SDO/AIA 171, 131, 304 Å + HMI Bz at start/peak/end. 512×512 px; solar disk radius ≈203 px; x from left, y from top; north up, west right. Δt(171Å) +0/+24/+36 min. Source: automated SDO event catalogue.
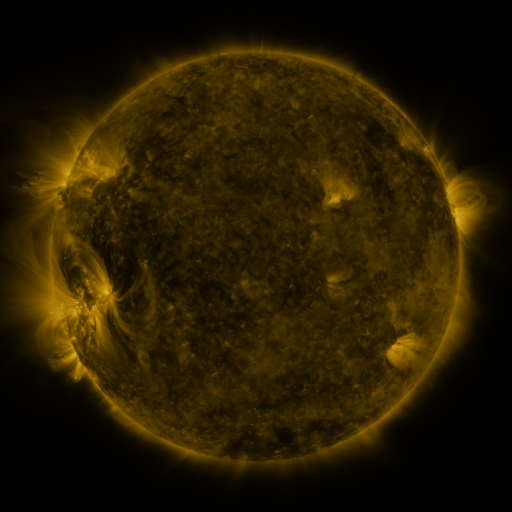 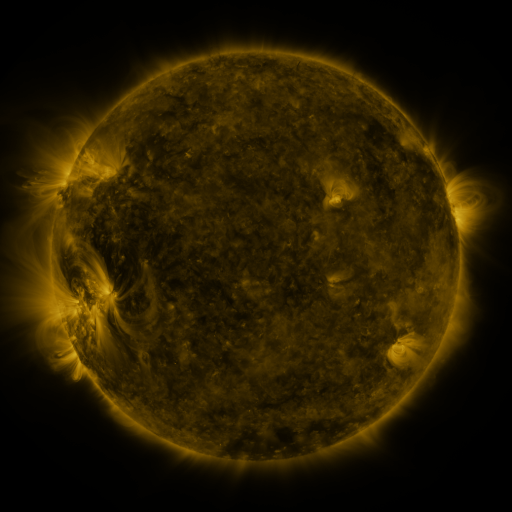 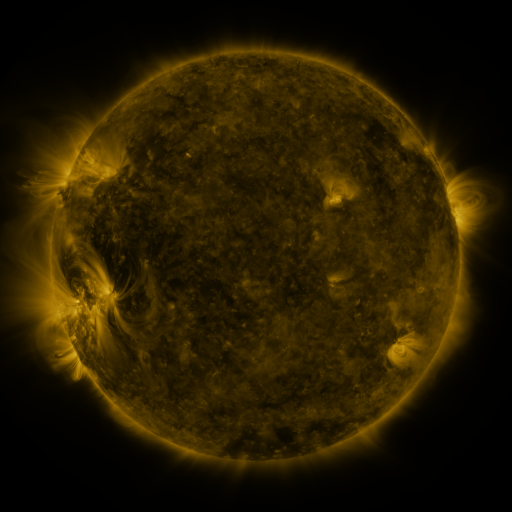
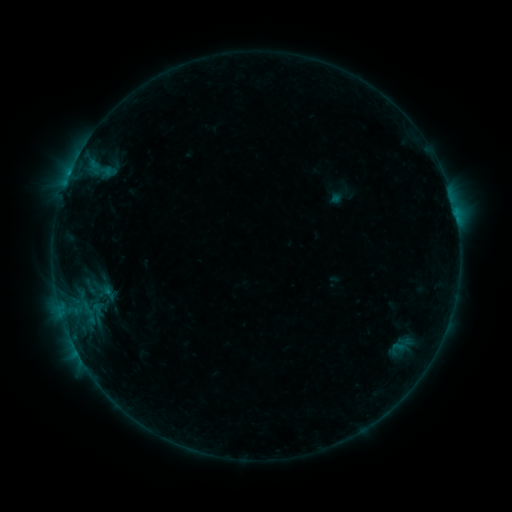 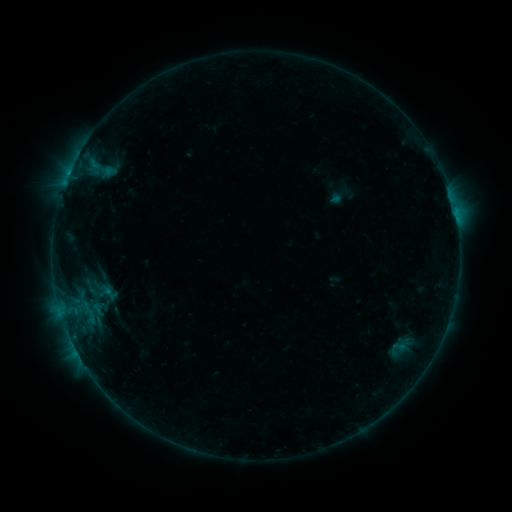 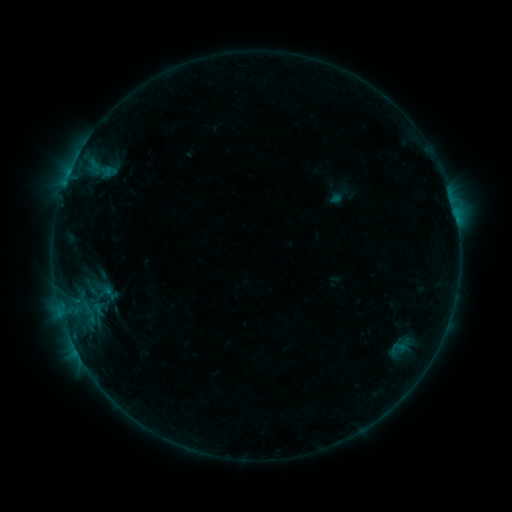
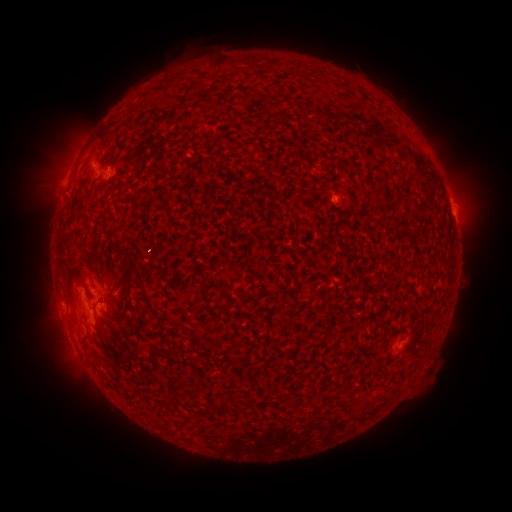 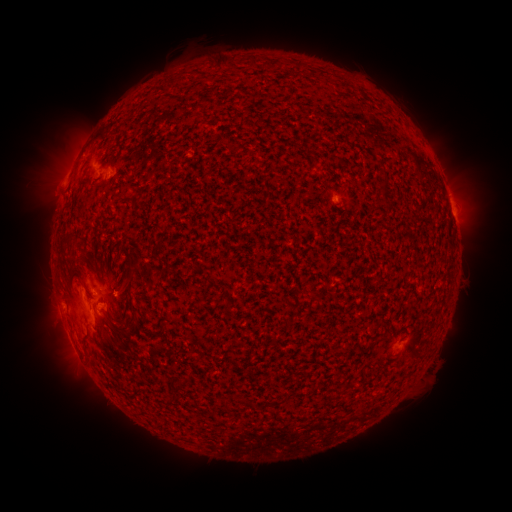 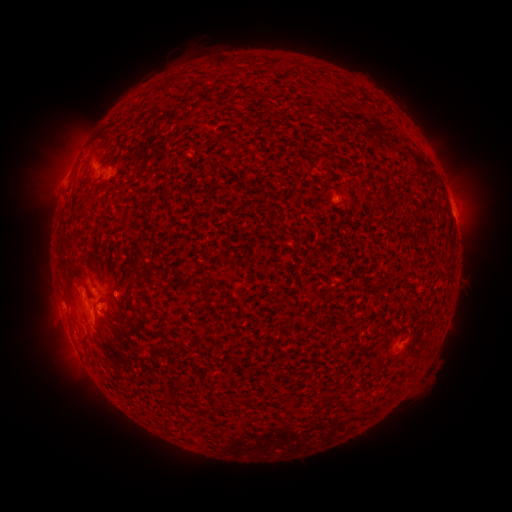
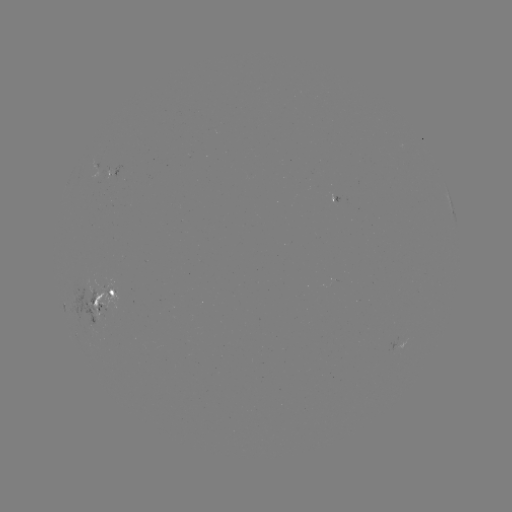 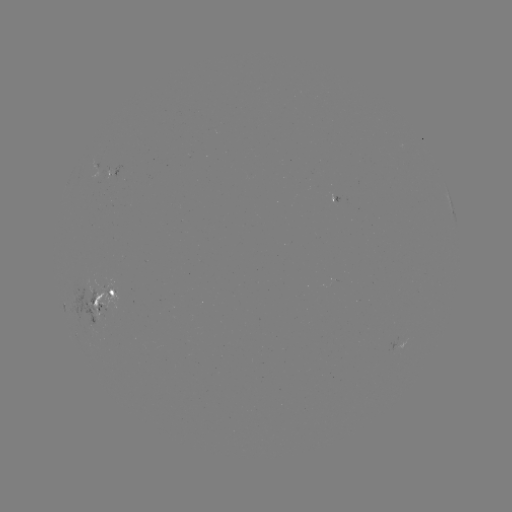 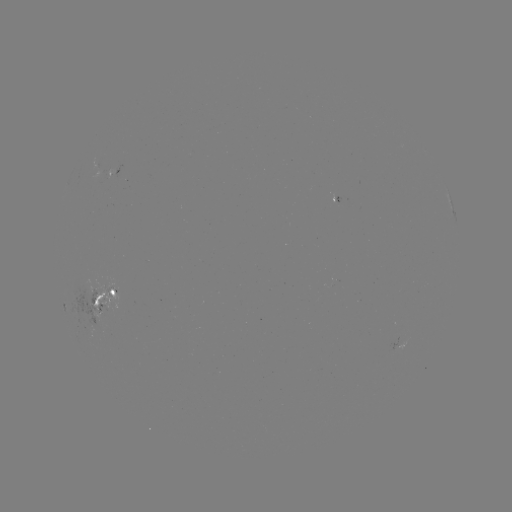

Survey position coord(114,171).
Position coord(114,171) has emerging-flux region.